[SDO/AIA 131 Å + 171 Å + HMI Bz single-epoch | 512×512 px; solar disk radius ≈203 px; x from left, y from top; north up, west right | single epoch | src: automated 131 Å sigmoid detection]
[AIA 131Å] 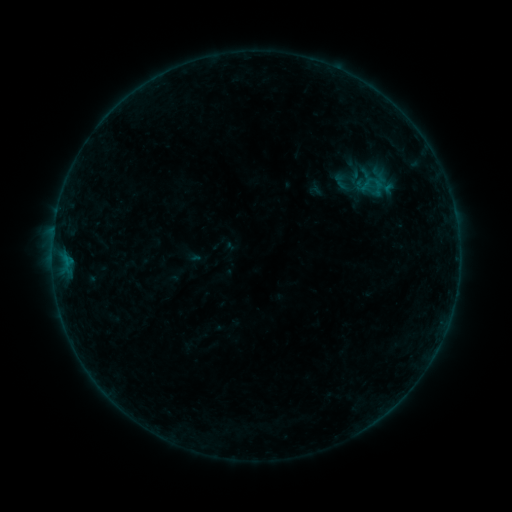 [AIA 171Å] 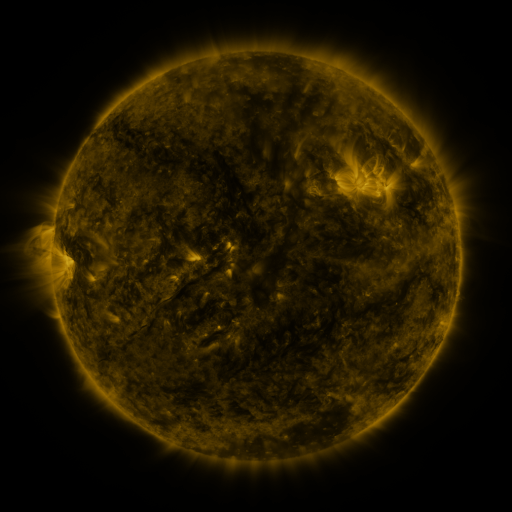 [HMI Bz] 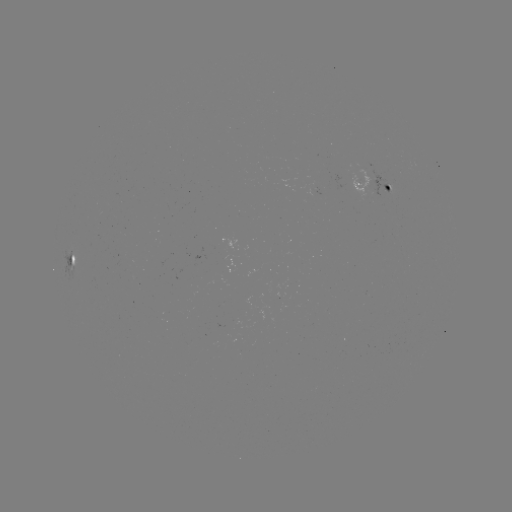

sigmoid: (361, 170, 389, 194)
